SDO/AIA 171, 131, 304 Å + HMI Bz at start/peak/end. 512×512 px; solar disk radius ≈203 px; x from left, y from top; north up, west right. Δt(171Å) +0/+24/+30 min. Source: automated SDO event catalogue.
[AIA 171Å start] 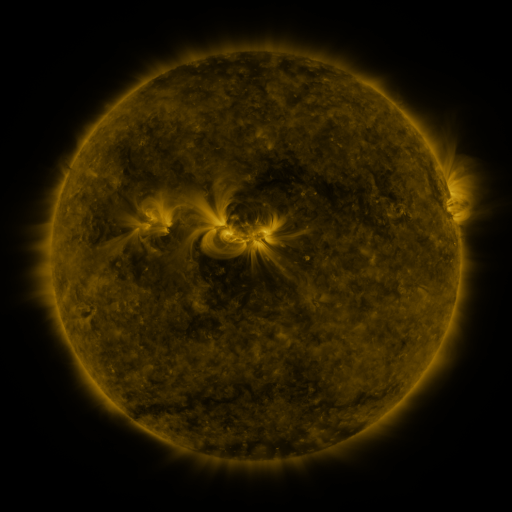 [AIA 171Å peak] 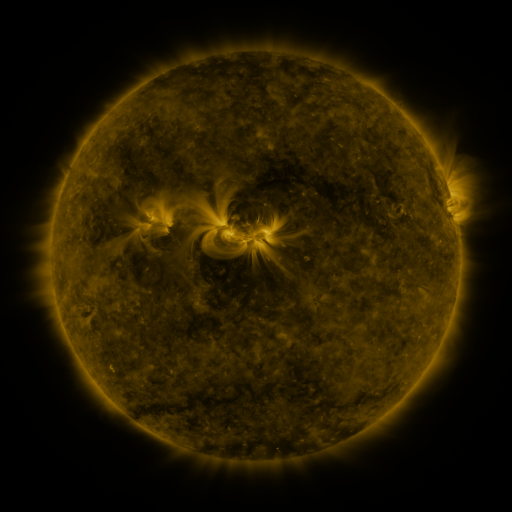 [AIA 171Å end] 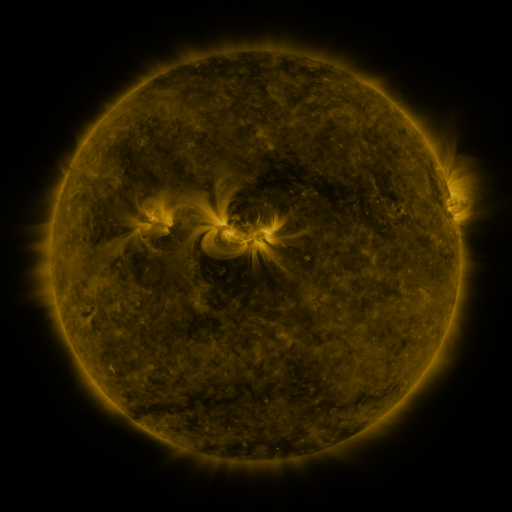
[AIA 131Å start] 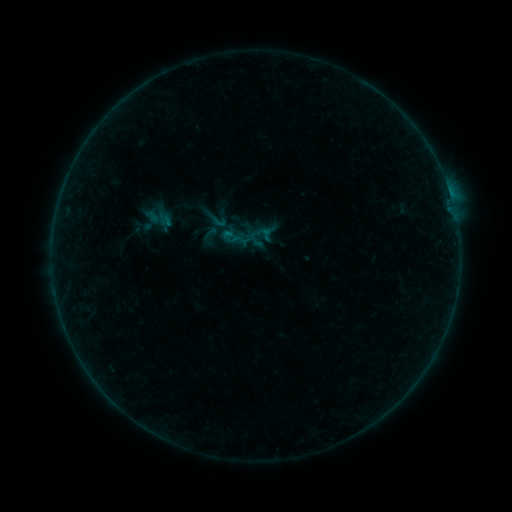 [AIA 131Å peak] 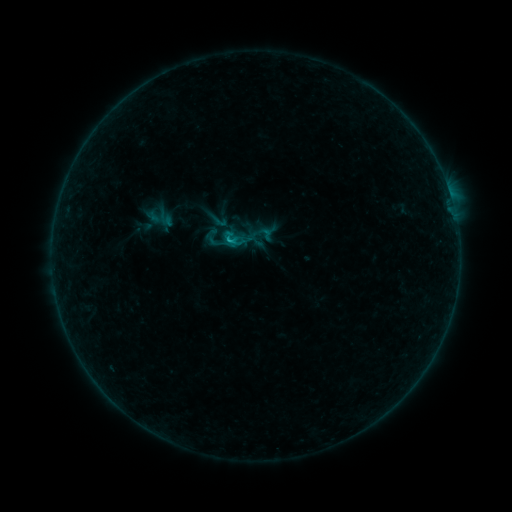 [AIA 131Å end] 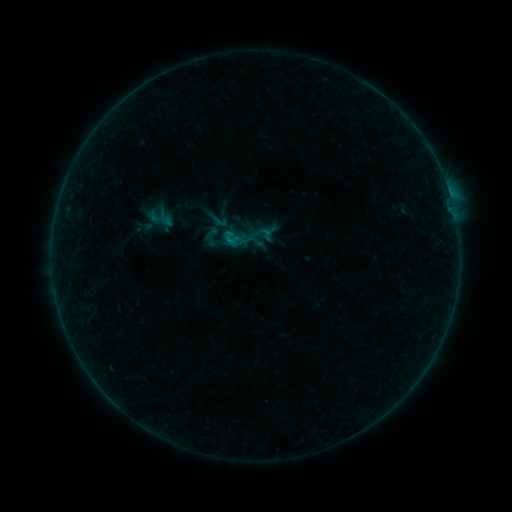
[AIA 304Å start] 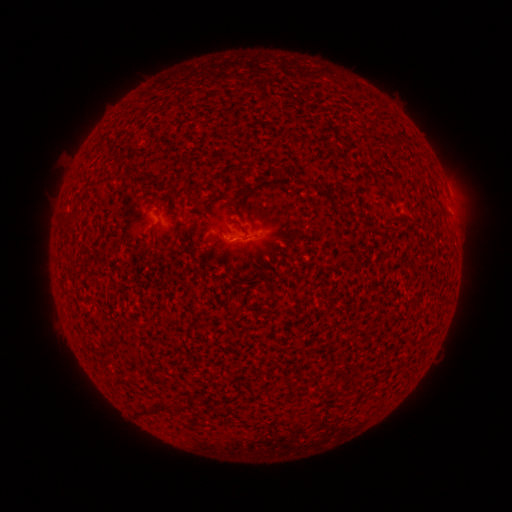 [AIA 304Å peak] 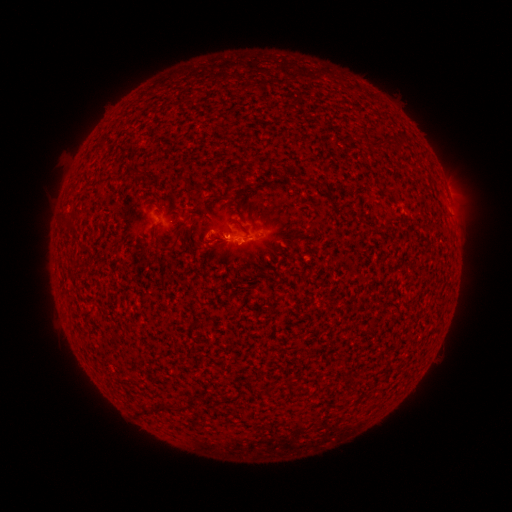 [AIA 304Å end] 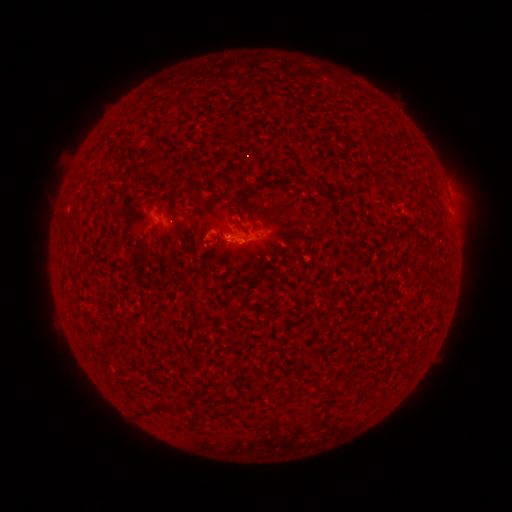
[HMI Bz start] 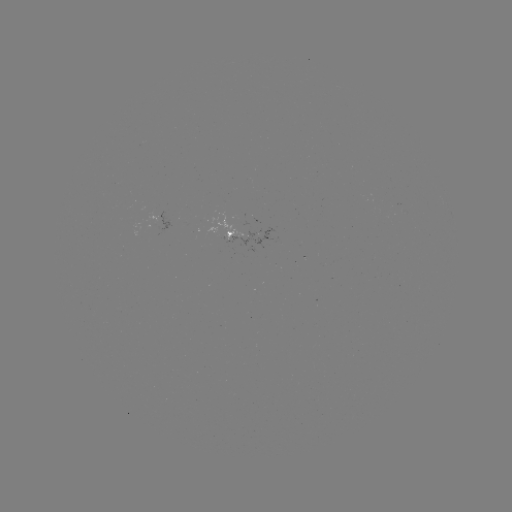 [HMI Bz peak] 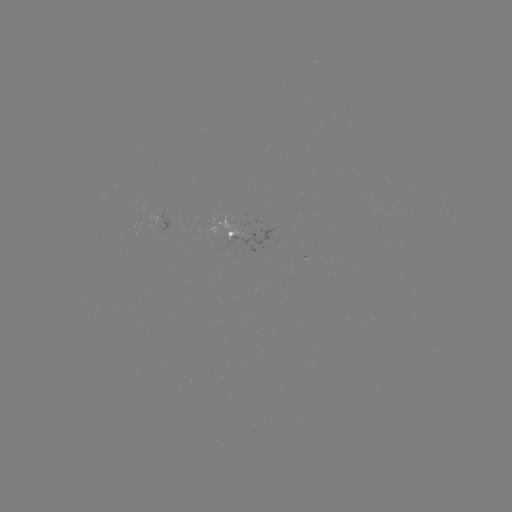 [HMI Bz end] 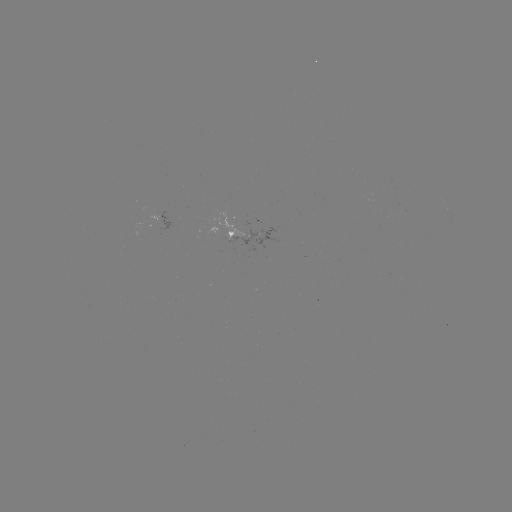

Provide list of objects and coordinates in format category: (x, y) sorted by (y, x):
B5.9 flare: (231, 241)
